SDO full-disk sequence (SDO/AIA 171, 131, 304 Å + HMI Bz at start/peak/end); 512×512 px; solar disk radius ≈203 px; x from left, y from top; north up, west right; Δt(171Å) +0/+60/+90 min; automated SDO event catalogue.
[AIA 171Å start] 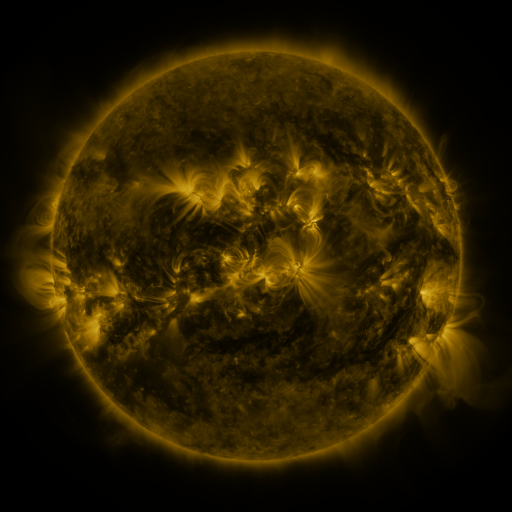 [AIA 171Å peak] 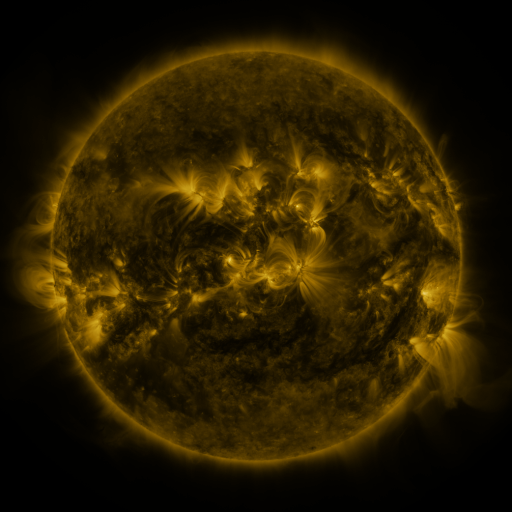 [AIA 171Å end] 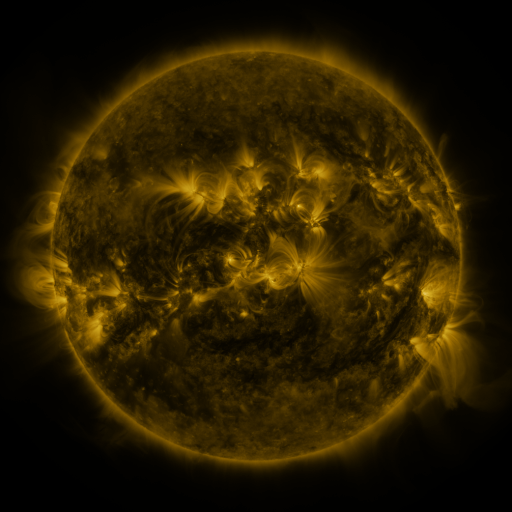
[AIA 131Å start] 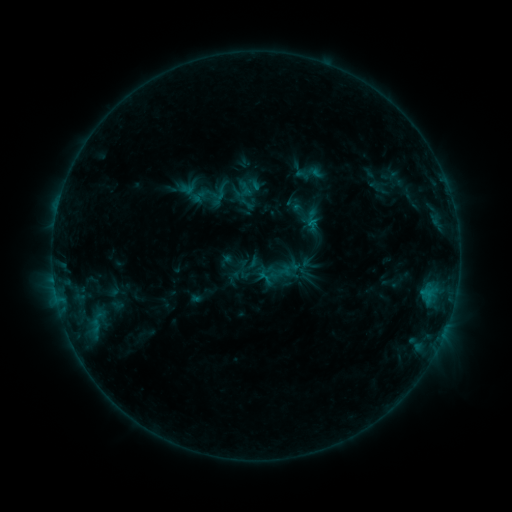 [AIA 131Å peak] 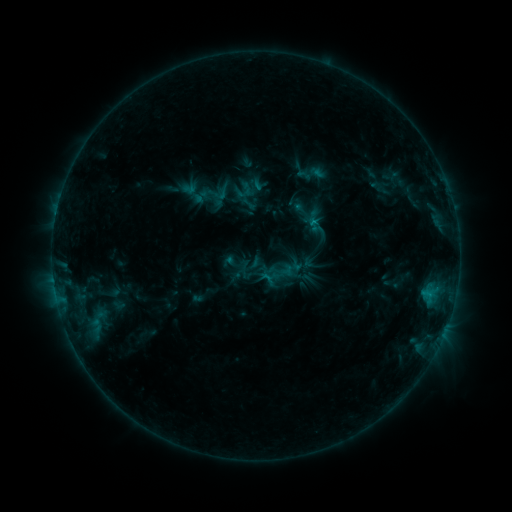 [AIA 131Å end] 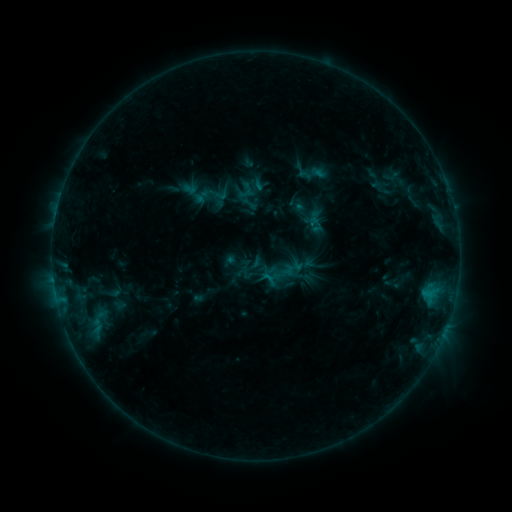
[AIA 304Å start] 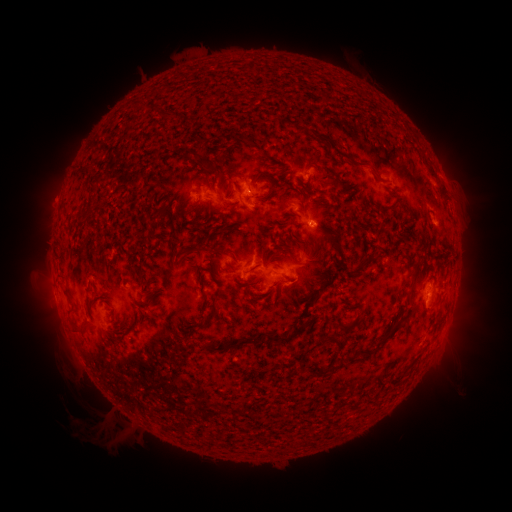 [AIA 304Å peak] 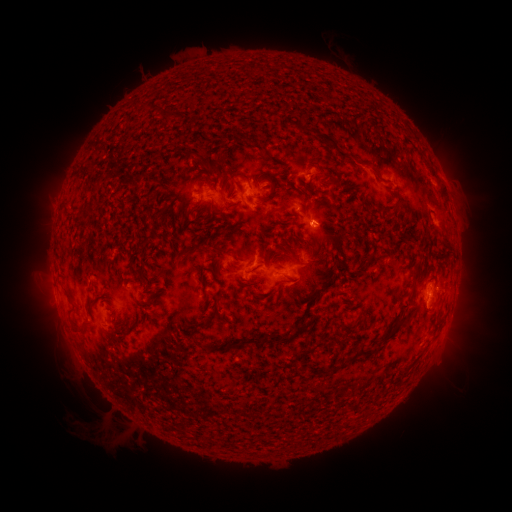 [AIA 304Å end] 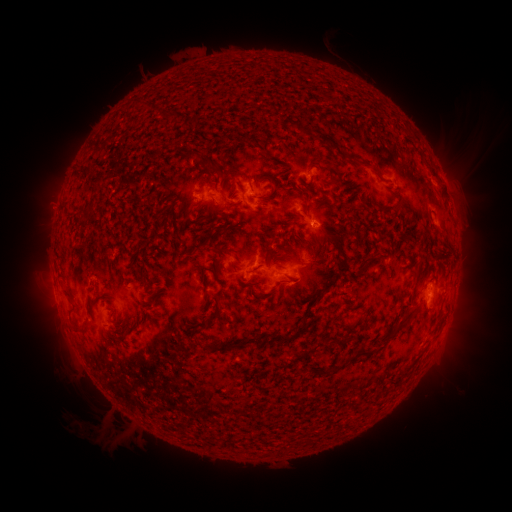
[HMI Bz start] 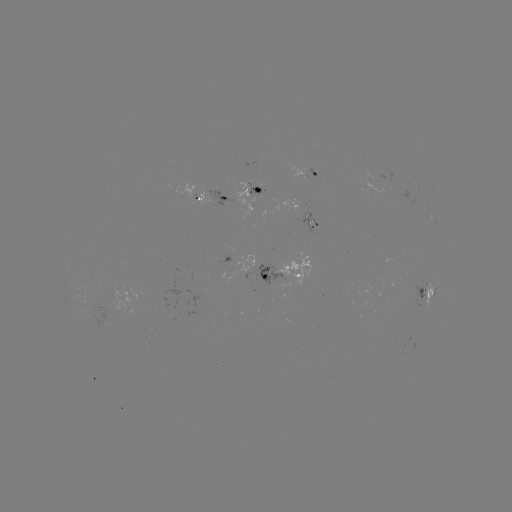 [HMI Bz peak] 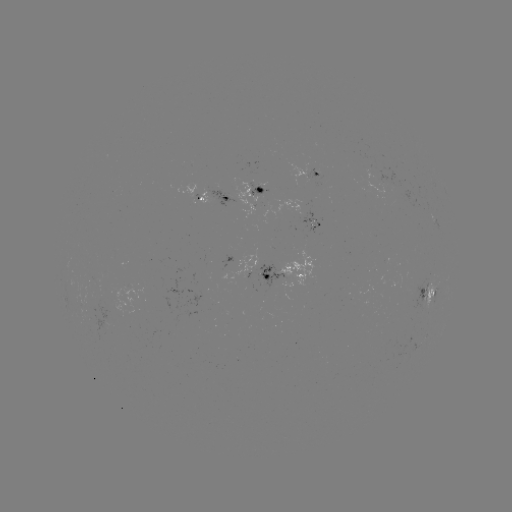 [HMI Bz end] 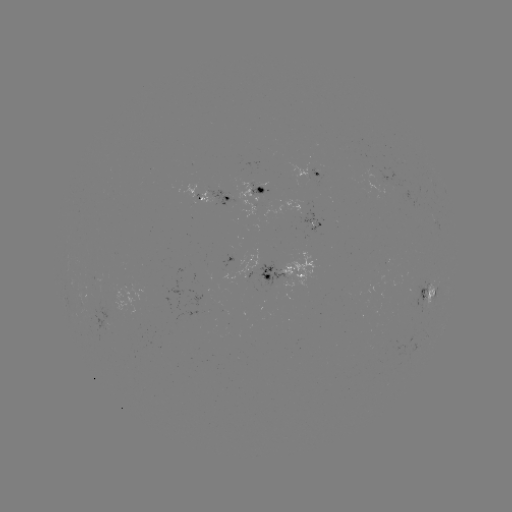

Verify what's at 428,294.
B5.7 flare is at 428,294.